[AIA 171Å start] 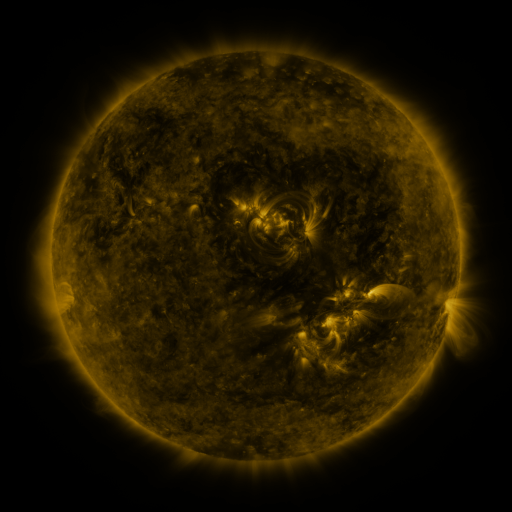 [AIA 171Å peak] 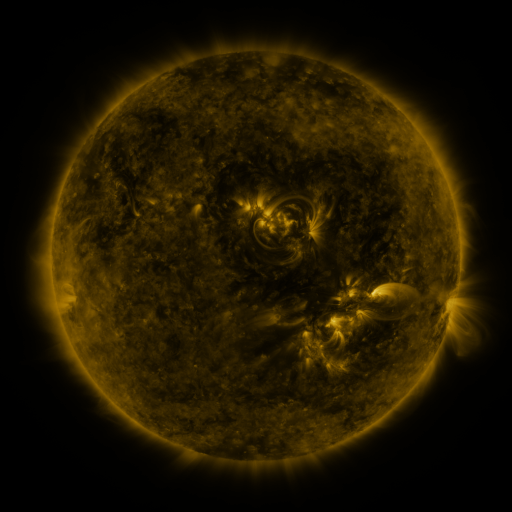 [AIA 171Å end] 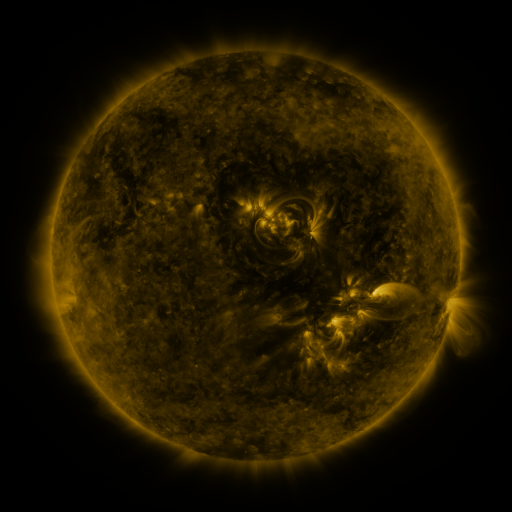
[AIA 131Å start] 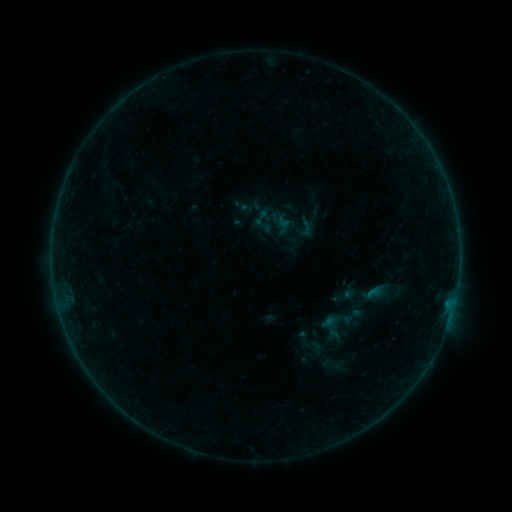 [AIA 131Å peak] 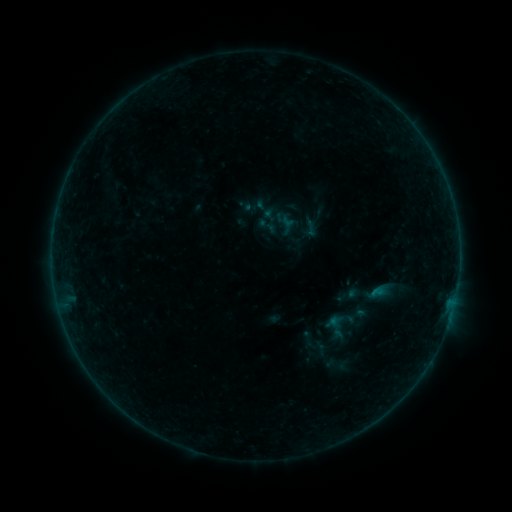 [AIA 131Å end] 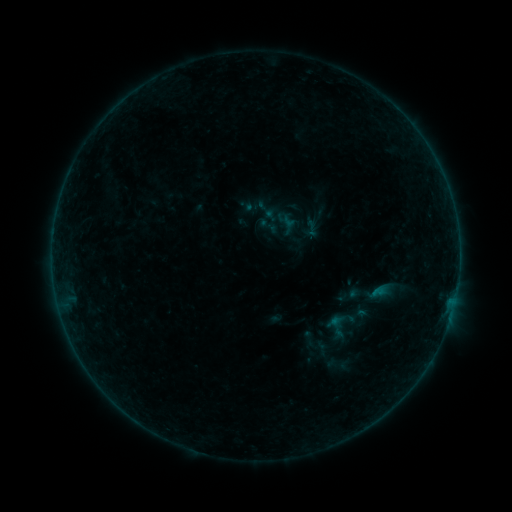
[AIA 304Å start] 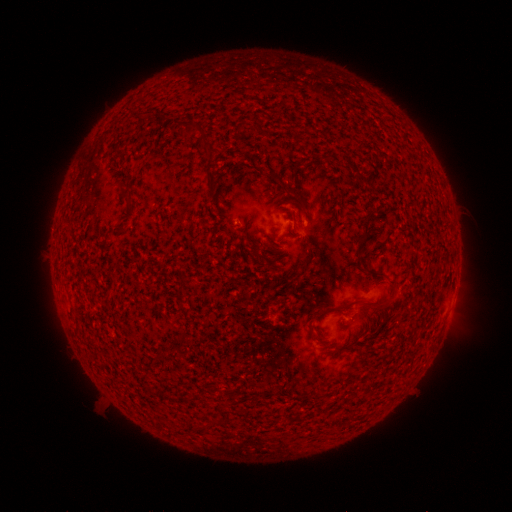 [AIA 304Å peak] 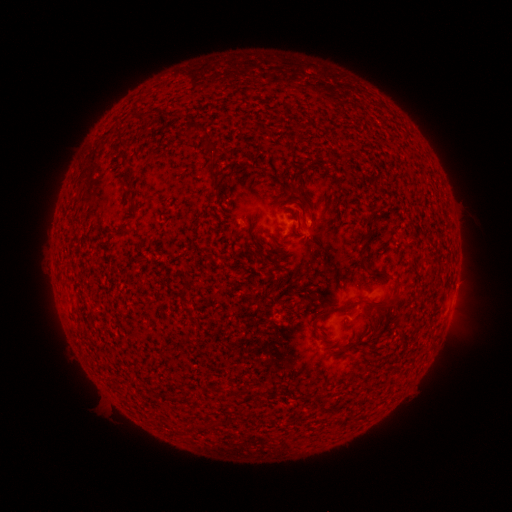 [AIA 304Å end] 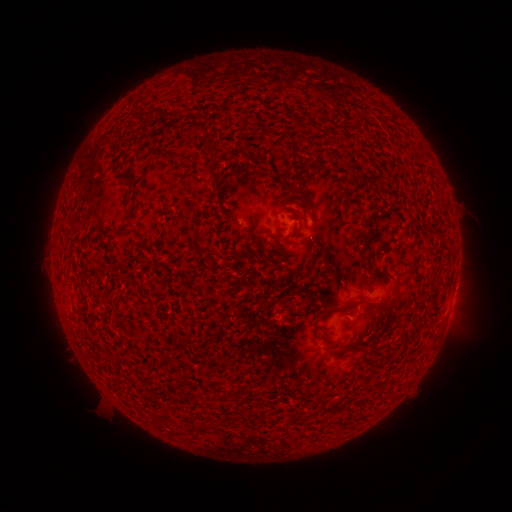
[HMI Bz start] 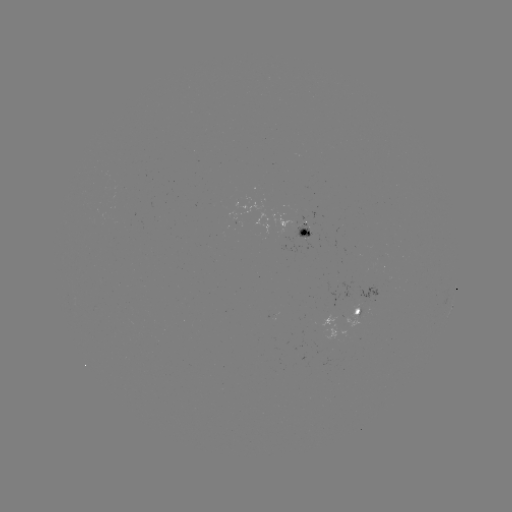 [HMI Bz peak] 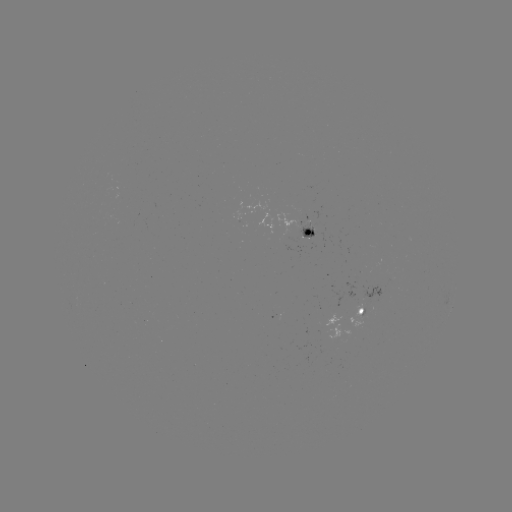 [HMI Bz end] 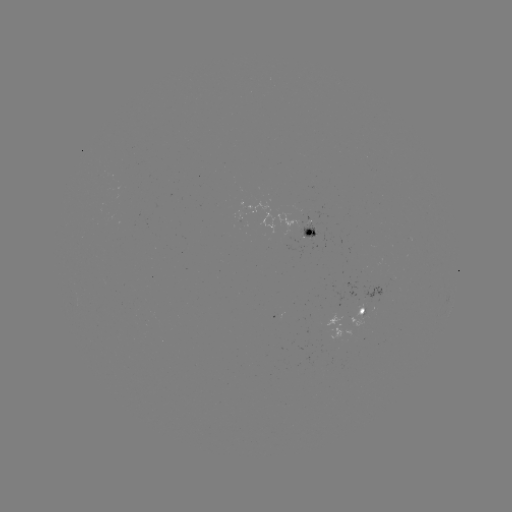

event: emerging-flux region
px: (305, 235)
